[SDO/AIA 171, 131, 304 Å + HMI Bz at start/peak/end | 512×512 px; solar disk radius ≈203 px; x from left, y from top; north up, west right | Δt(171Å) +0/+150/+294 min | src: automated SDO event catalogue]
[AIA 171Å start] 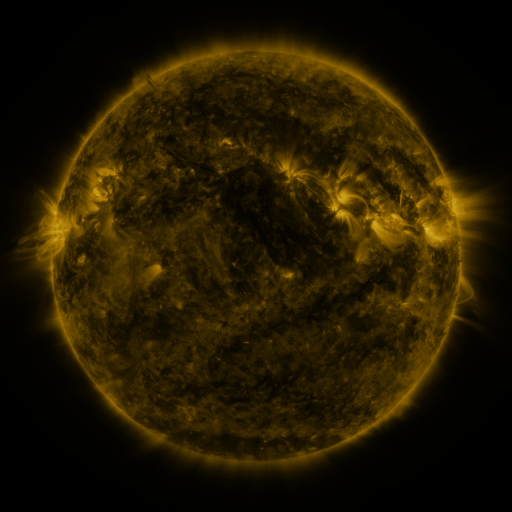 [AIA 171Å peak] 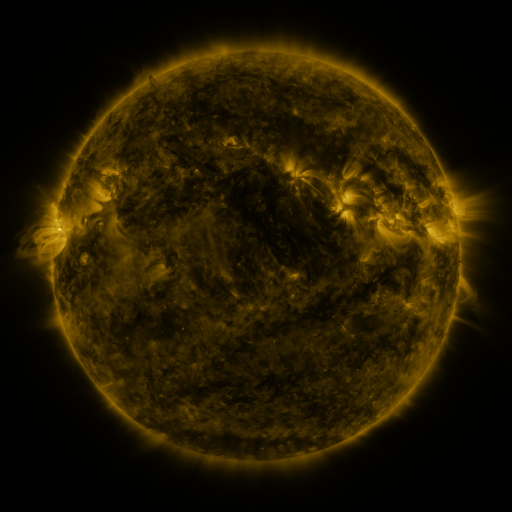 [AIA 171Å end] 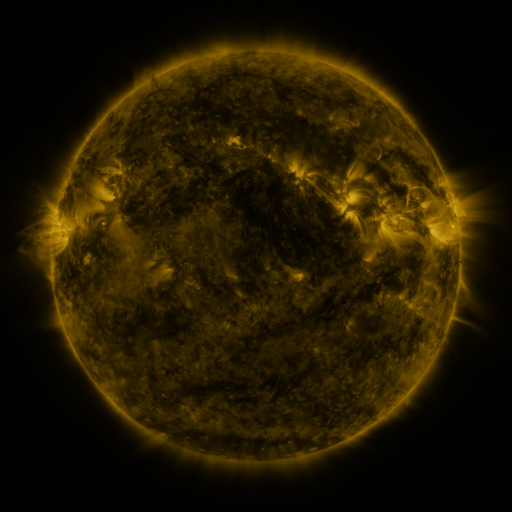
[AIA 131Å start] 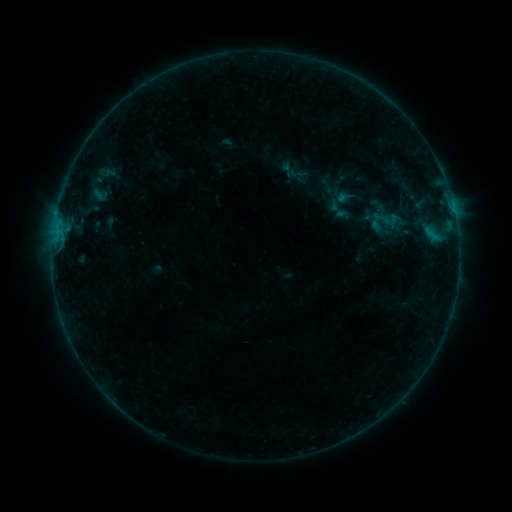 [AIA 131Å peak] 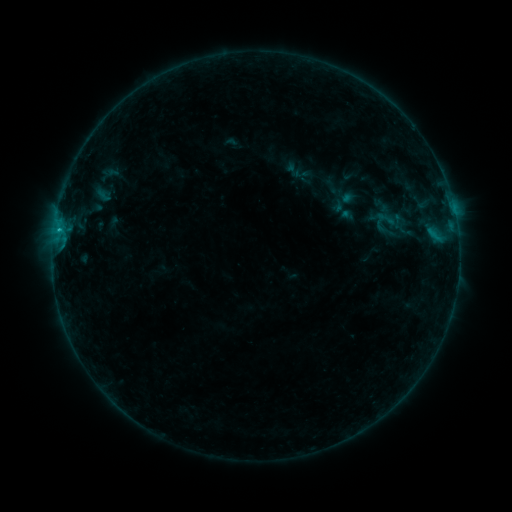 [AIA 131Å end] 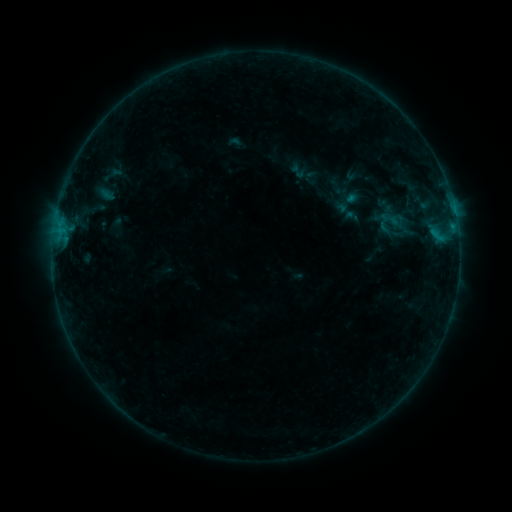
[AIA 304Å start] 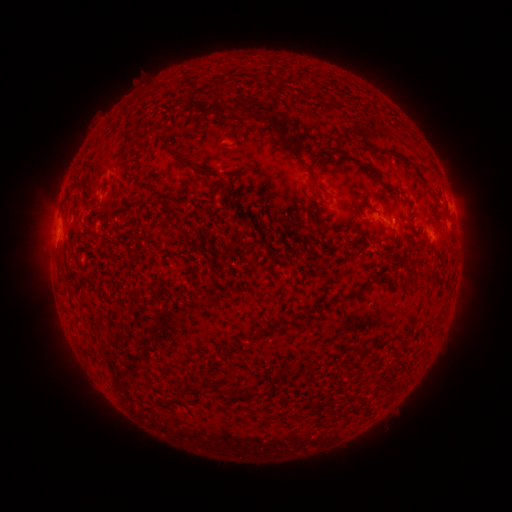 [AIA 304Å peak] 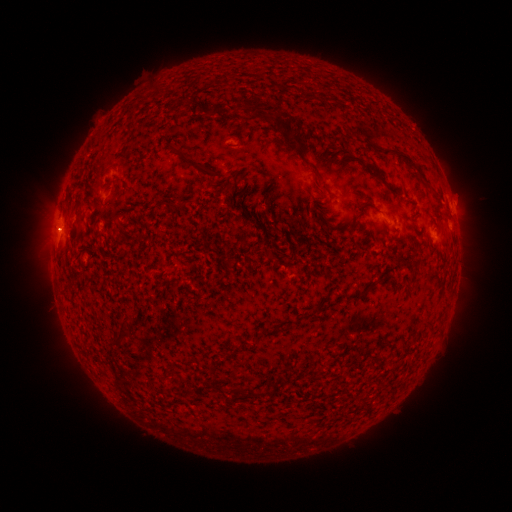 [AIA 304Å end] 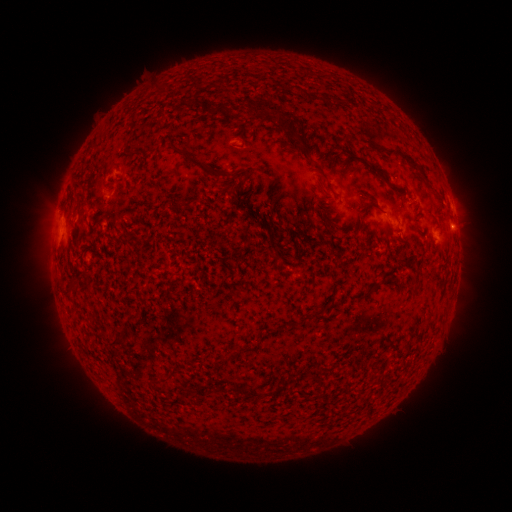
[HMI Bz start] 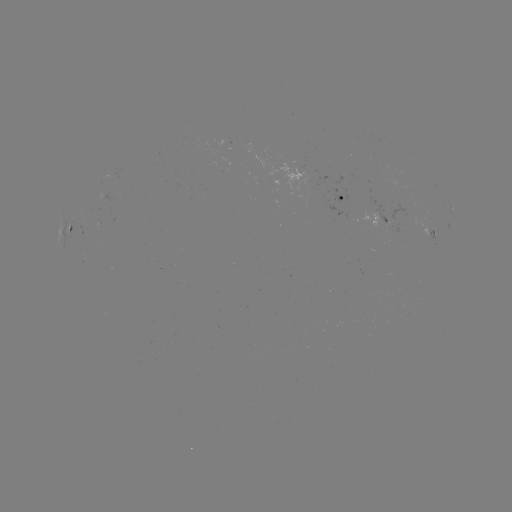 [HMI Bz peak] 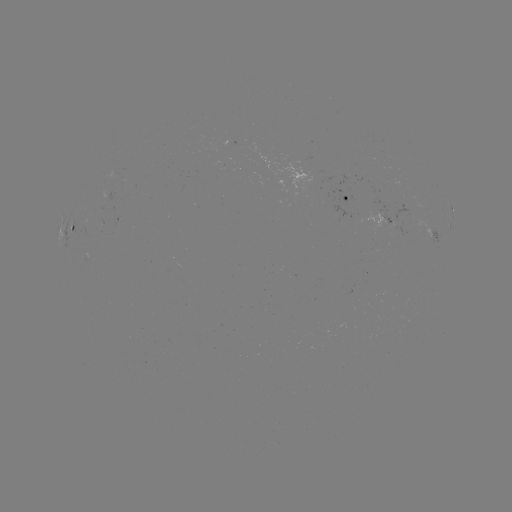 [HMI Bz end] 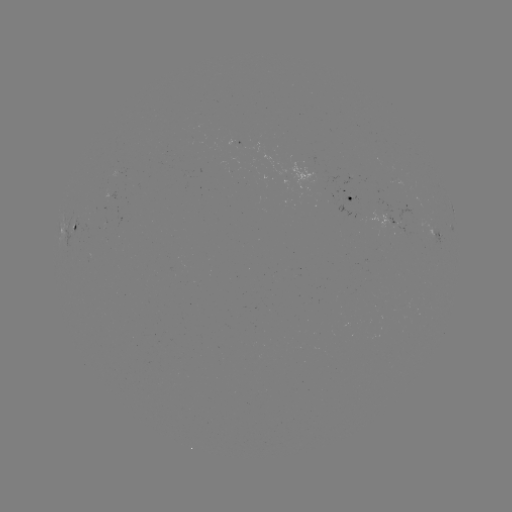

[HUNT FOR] filament eruption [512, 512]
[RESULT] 468,188